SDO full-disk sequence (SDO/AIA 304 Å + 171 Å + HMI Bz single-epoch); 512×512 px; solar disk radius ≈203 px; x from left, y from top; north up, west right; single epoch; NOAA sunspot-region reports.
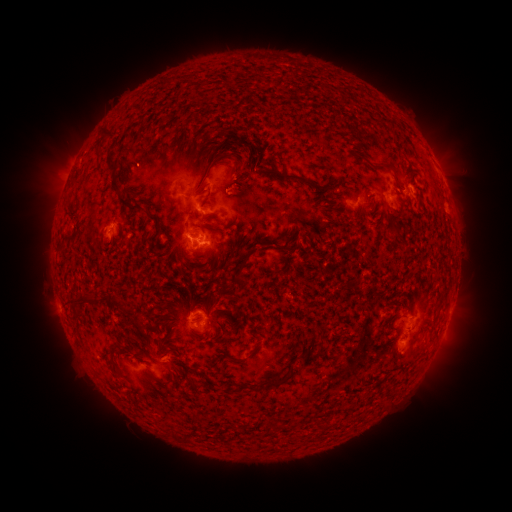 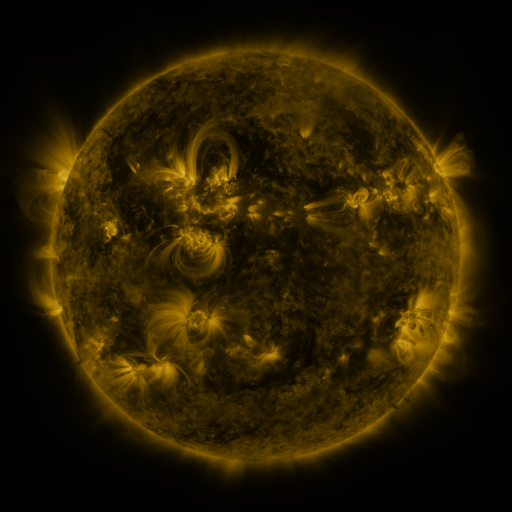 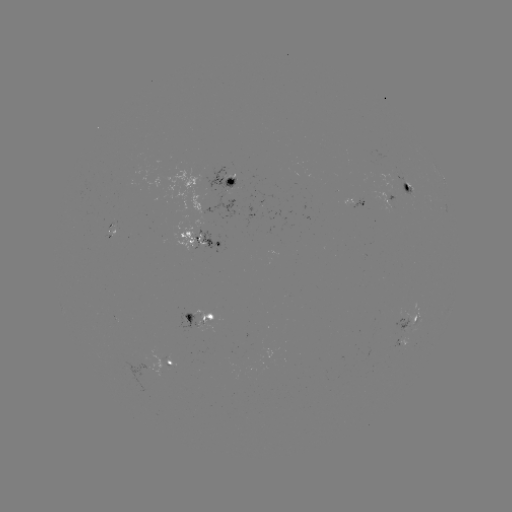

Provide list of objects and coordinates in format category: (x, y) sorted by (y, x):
spotted active region: (441, 175)
spotted active region: (227, 185)
spotted active region: (409, 187)
spotted active region: (389, 200)
spotted active region: (354, 203)
spotted active region: (200, 244)
spotted active region: (204, 318)
spotted active region: (410, 324)
spotted active region: (403, 340)
spotted active region: (169, 361)
